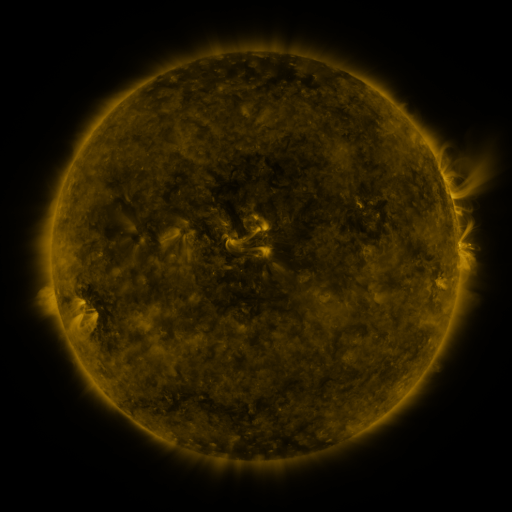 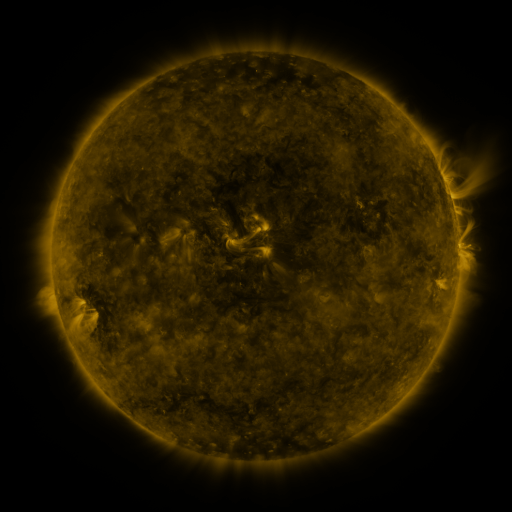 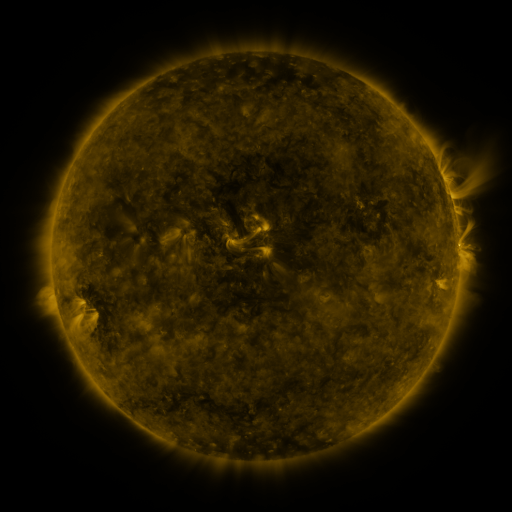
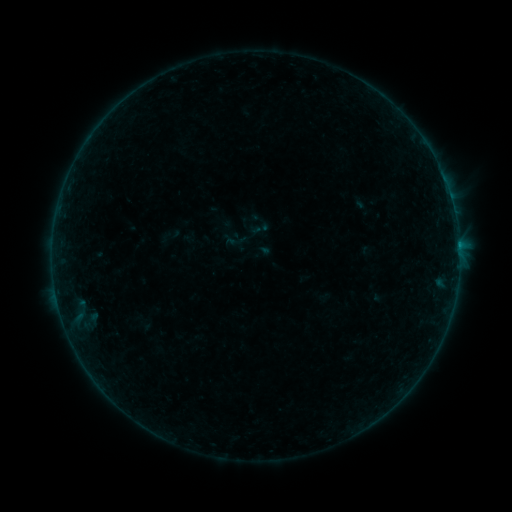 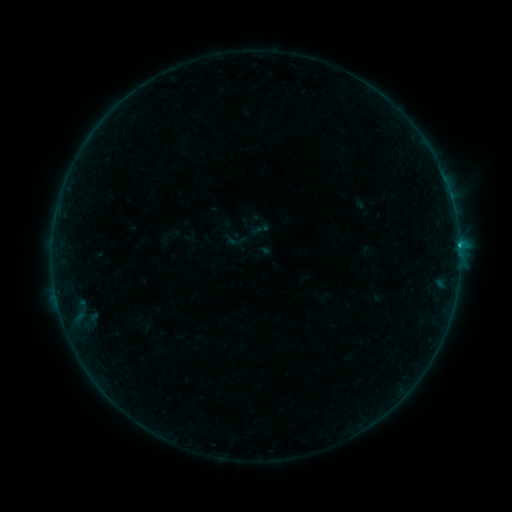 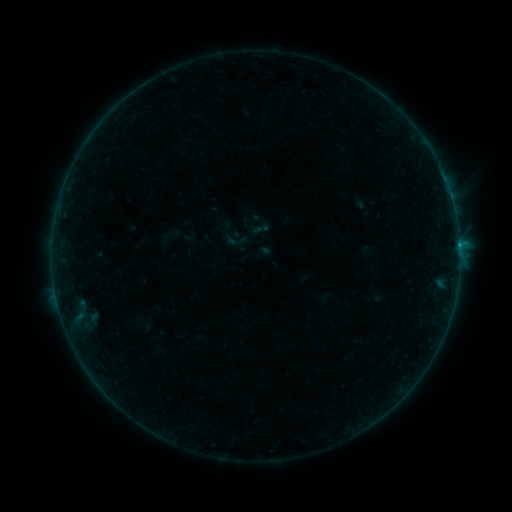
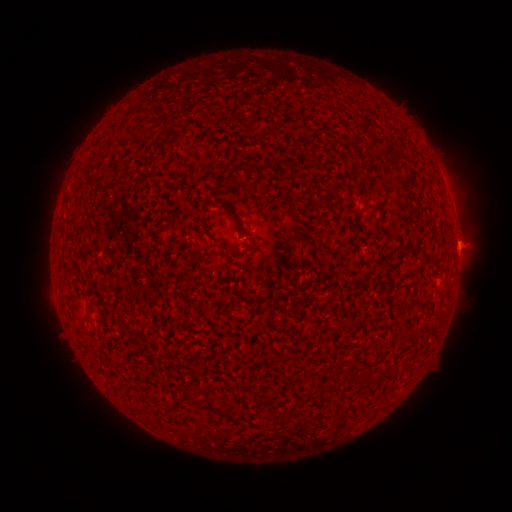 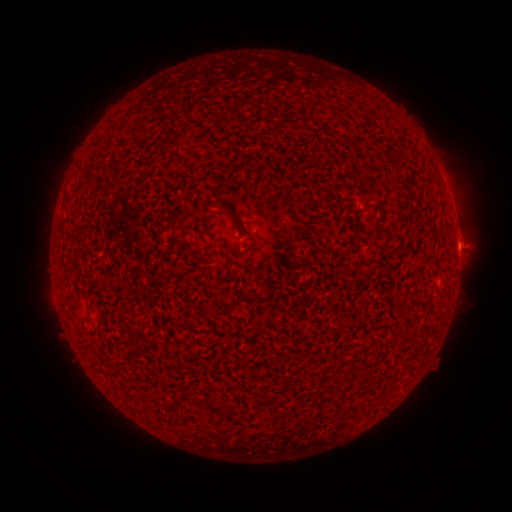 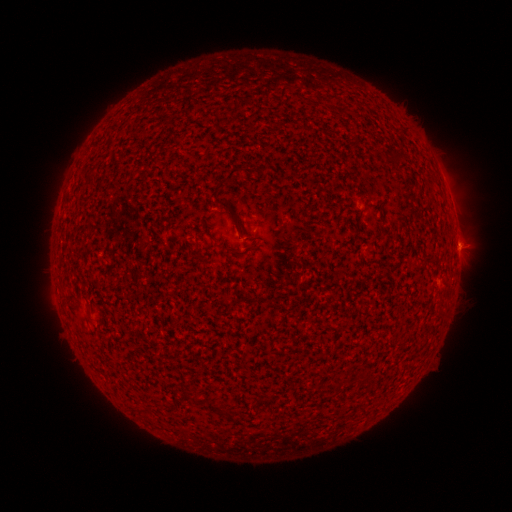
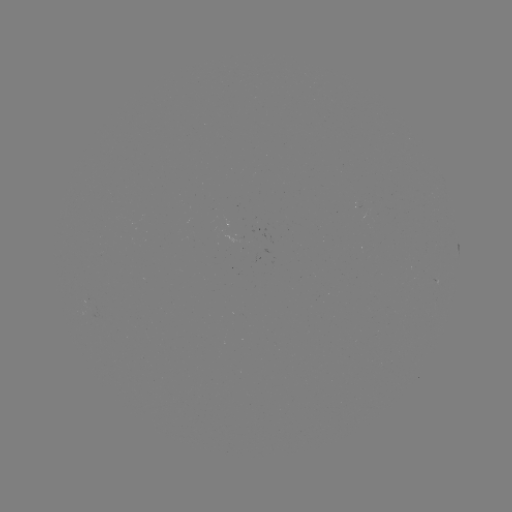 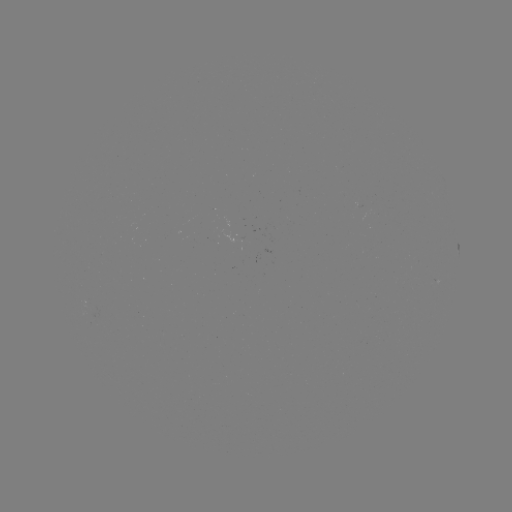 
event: flare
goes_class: B4.0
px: (459, 249)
